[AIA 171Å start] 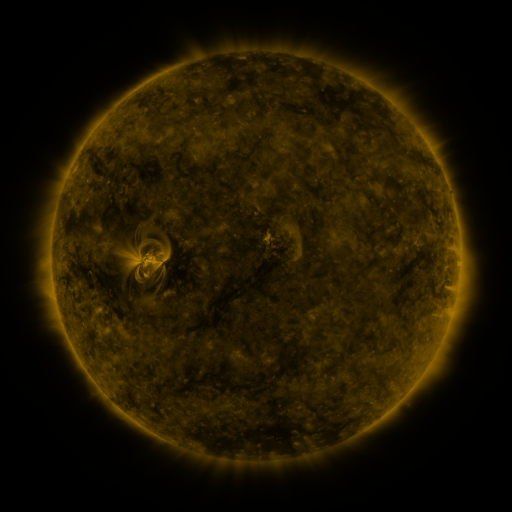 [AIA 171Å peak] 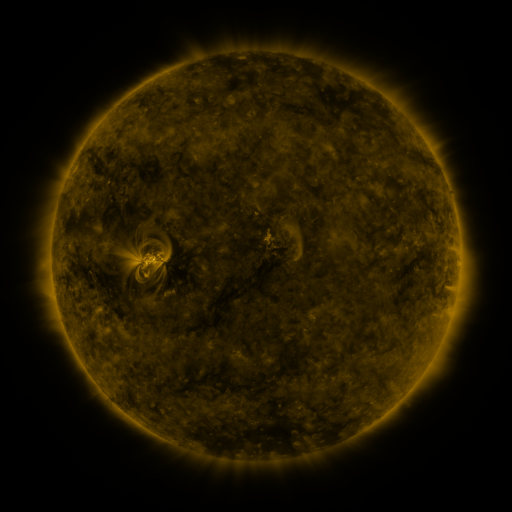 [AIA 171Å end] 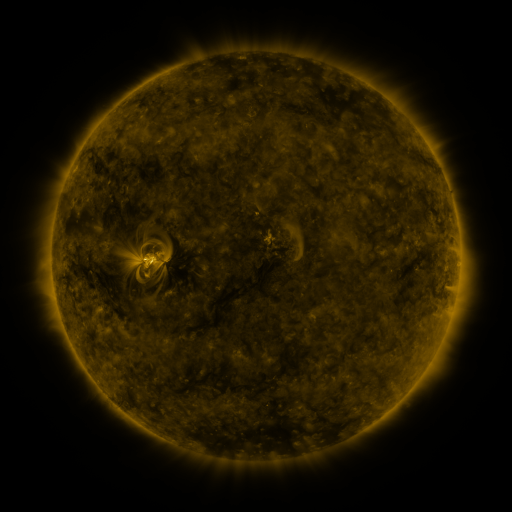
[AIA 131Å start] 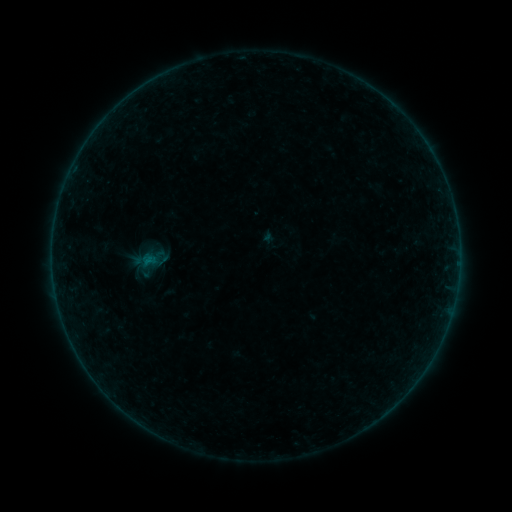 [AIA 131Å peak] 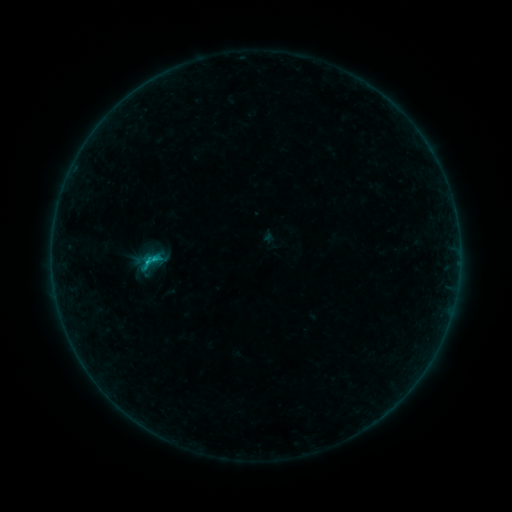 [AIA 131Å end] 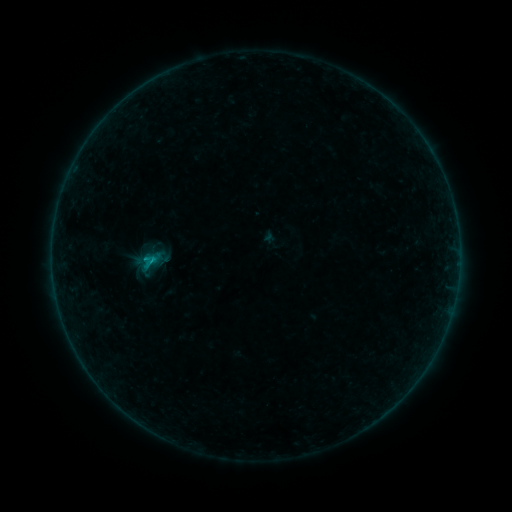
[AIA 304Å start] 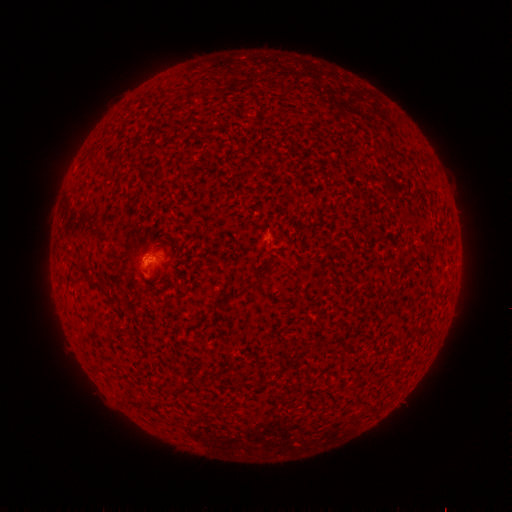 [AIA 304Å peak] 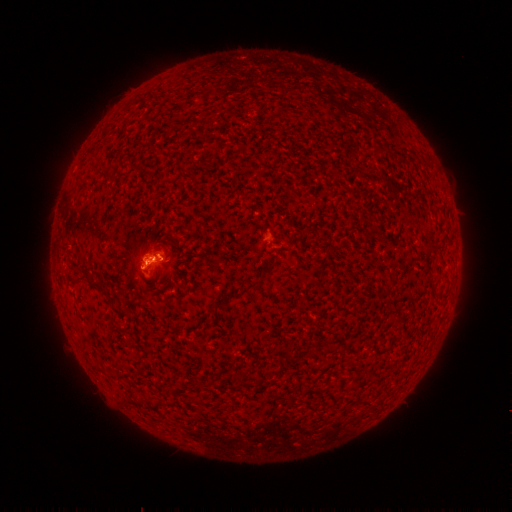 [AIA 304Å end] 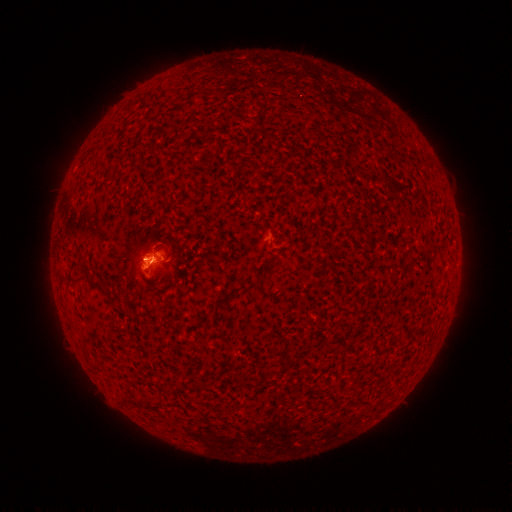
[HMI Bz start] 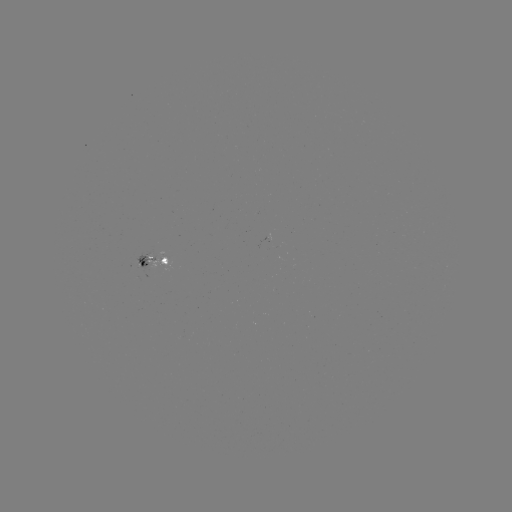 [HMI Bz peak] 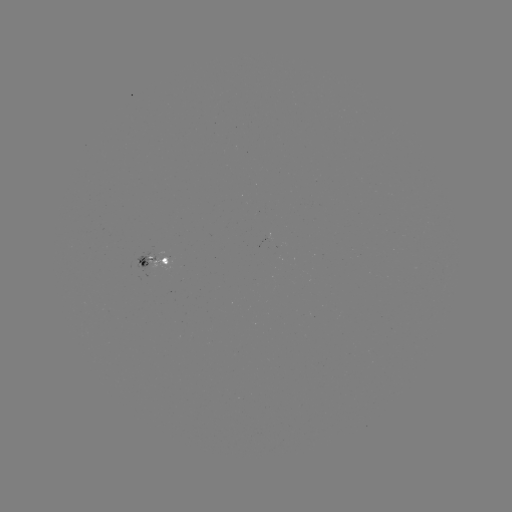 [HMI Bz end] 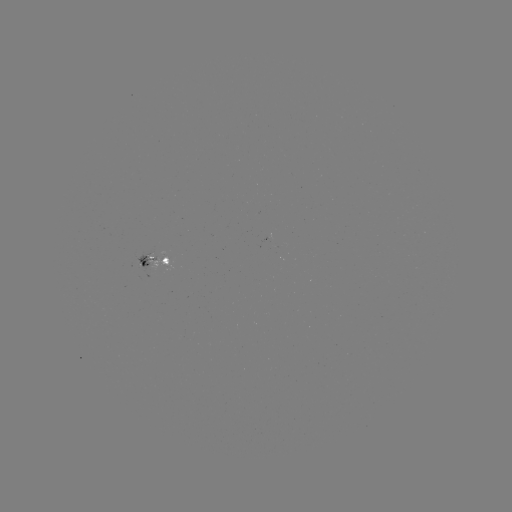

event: flare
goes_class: B7.4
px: (157, 257)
